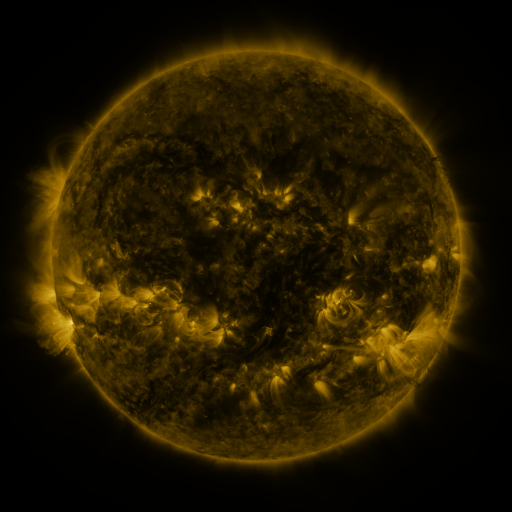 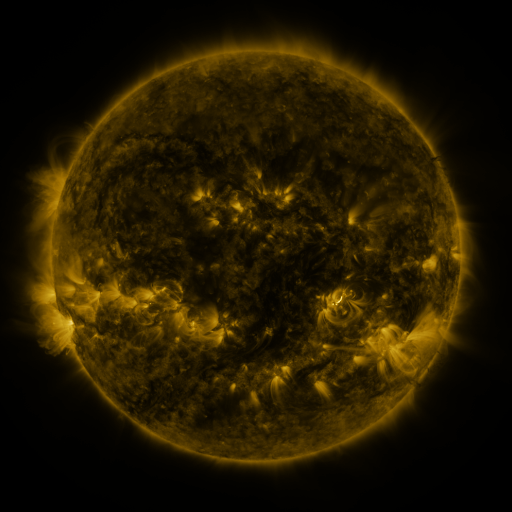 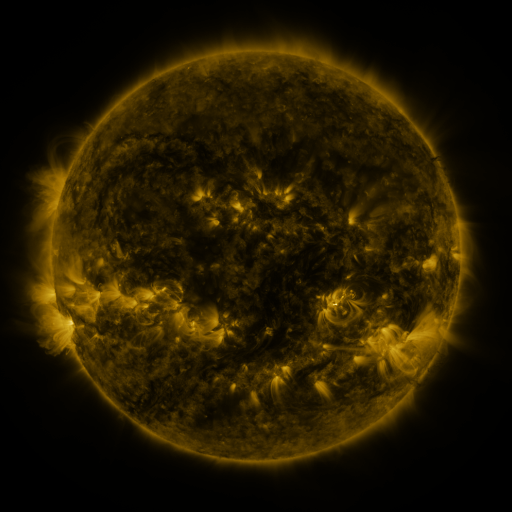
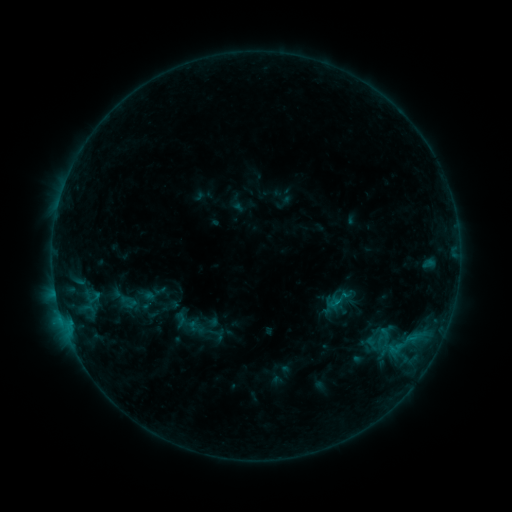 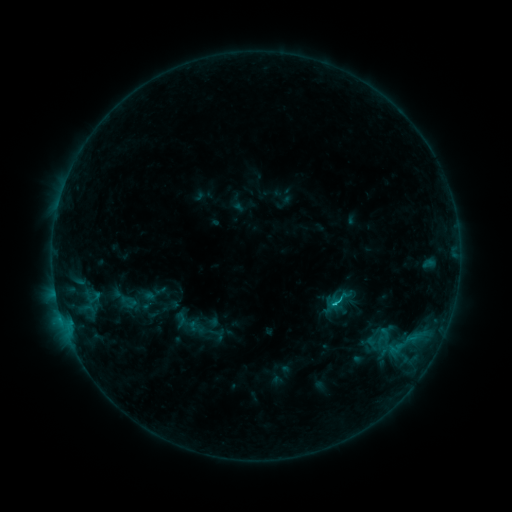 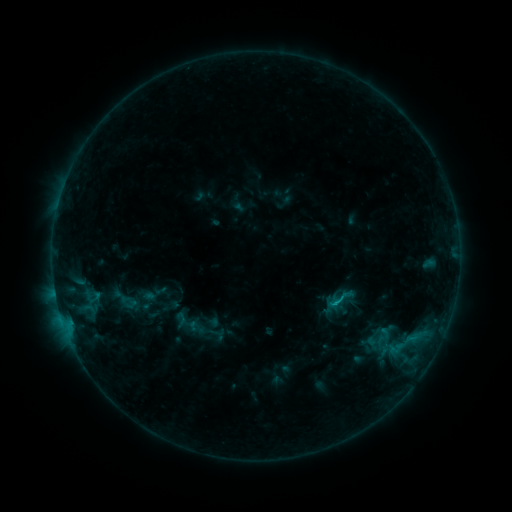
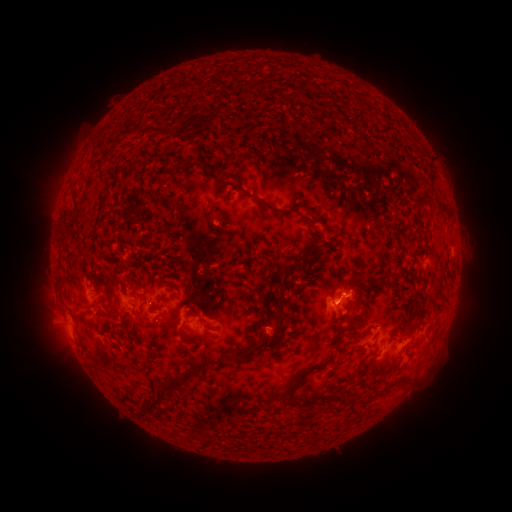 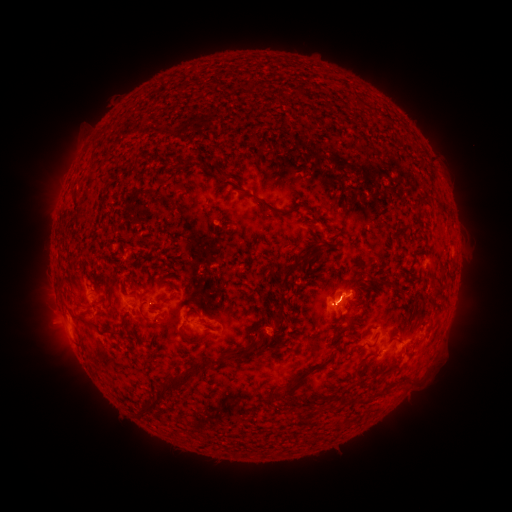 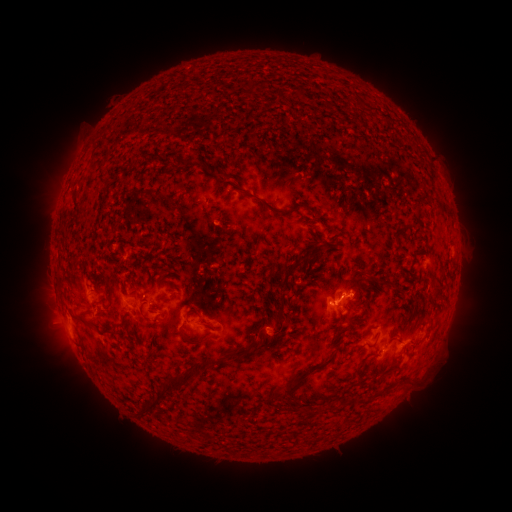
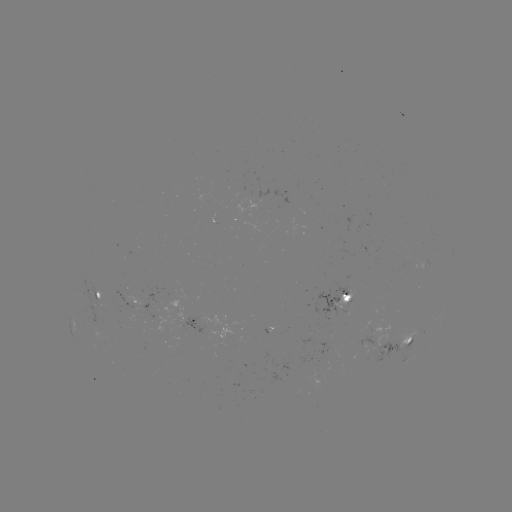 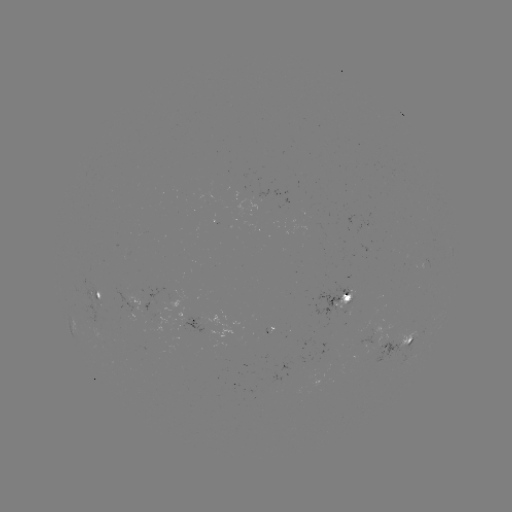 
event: flare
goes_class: B8.9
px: (331, 302)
